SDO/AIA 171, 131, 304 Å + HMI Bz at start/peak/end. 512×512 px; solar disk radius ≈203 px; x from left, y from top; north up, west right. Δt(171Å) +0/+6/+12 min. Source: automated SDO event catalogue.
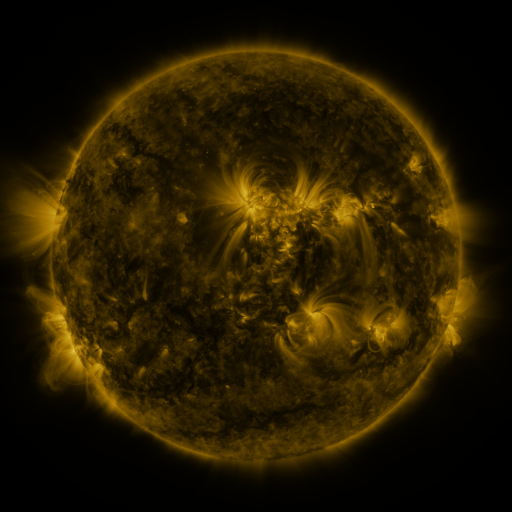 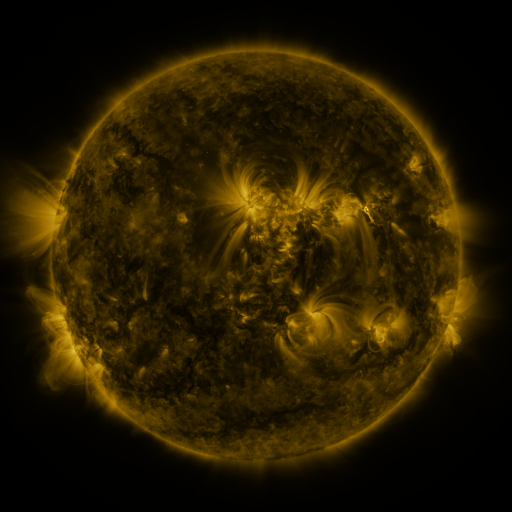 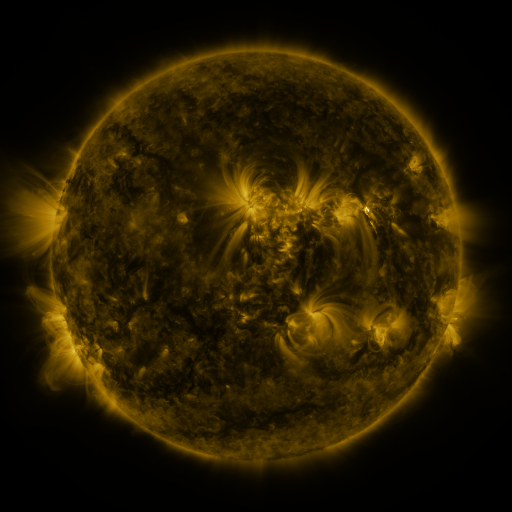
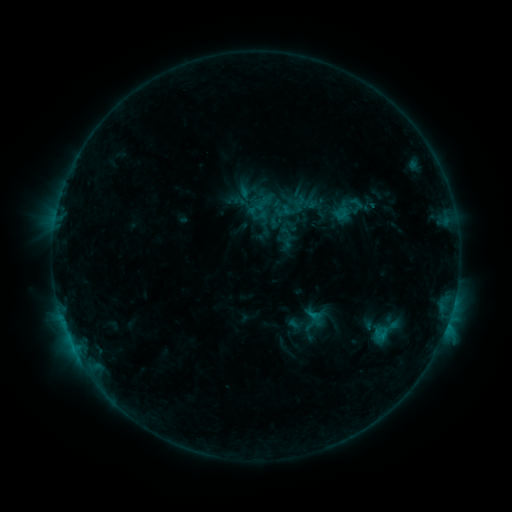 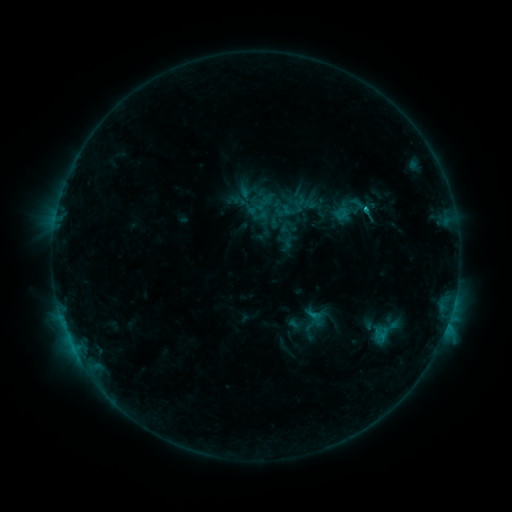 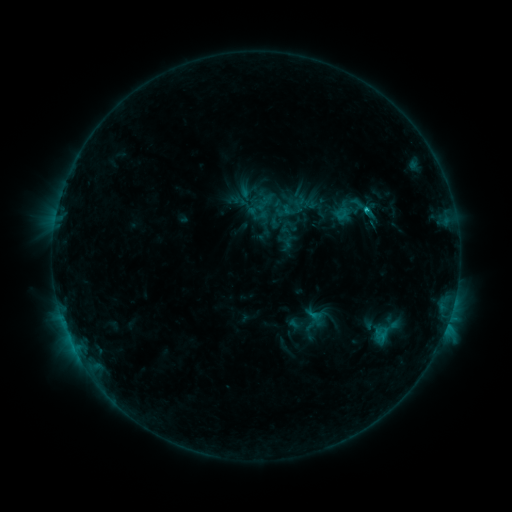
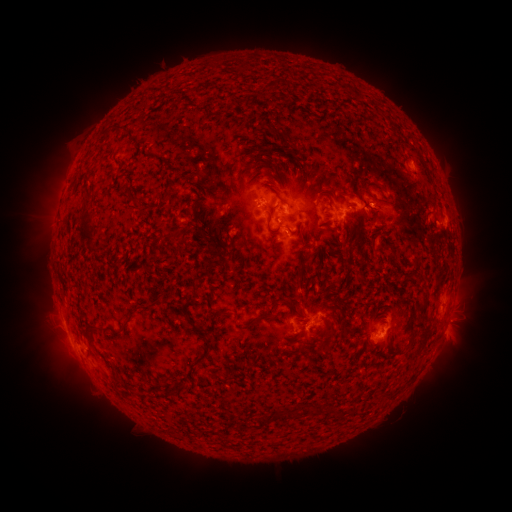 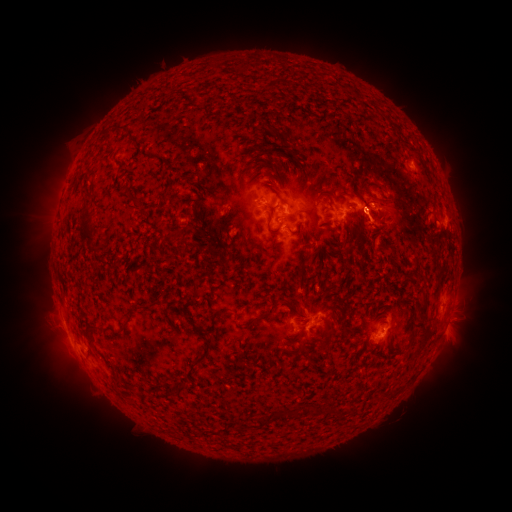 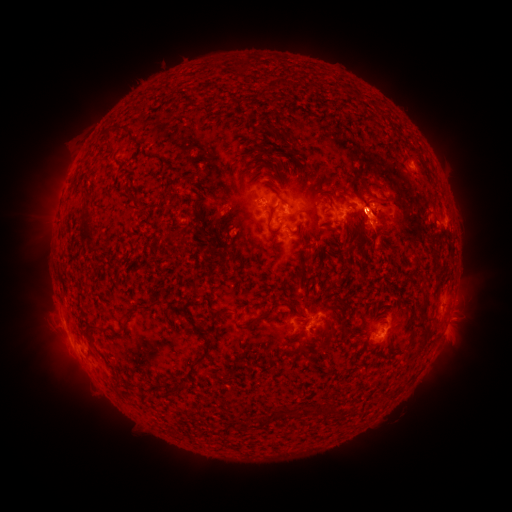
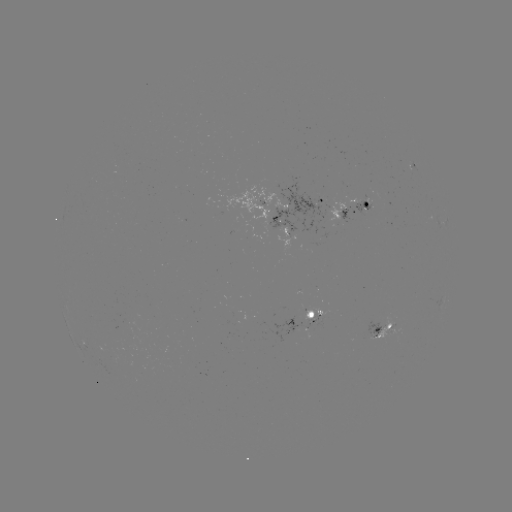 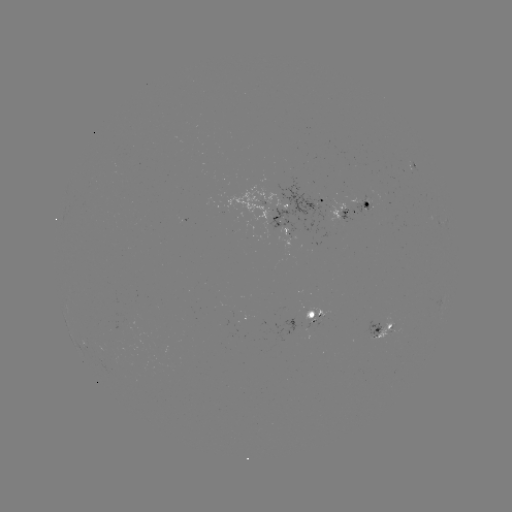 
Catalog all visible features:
C1.1 flare: (364, 210)
